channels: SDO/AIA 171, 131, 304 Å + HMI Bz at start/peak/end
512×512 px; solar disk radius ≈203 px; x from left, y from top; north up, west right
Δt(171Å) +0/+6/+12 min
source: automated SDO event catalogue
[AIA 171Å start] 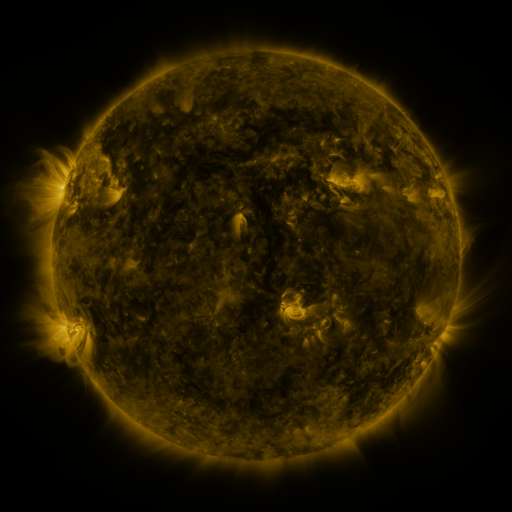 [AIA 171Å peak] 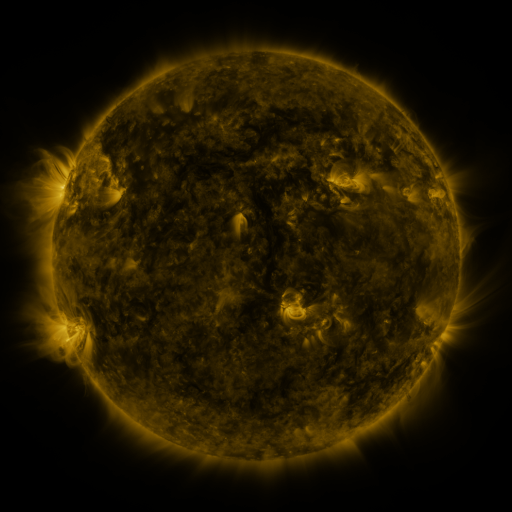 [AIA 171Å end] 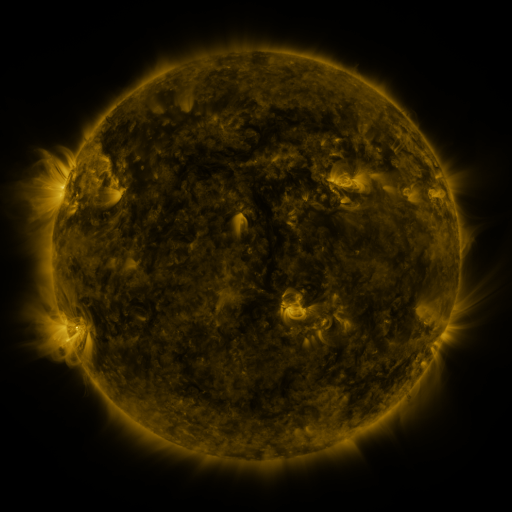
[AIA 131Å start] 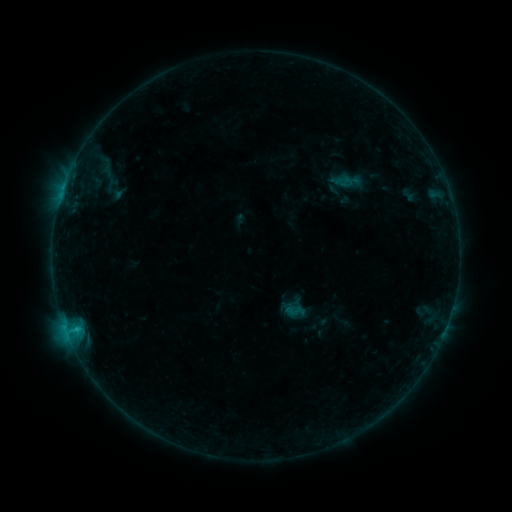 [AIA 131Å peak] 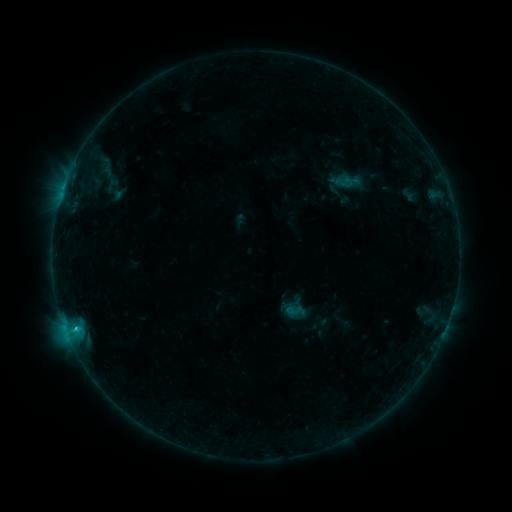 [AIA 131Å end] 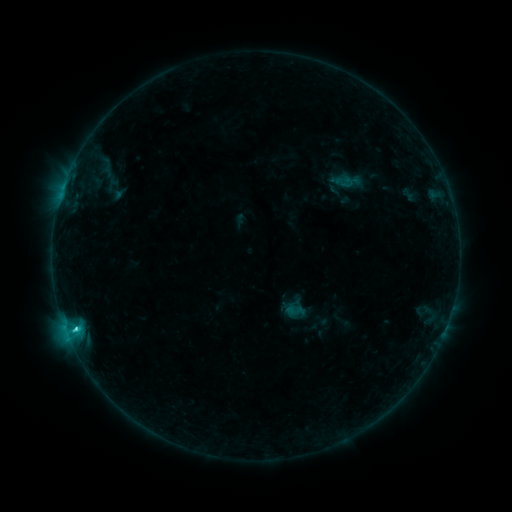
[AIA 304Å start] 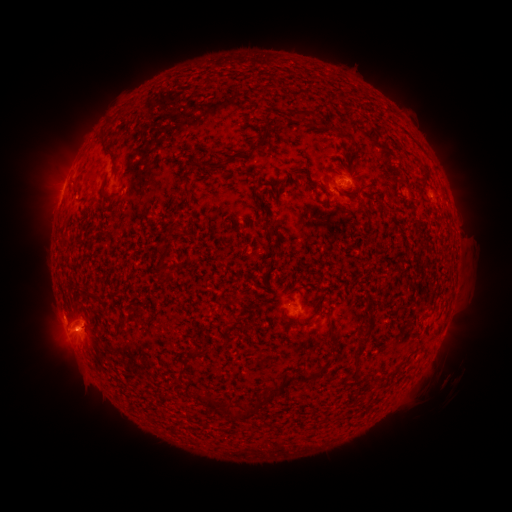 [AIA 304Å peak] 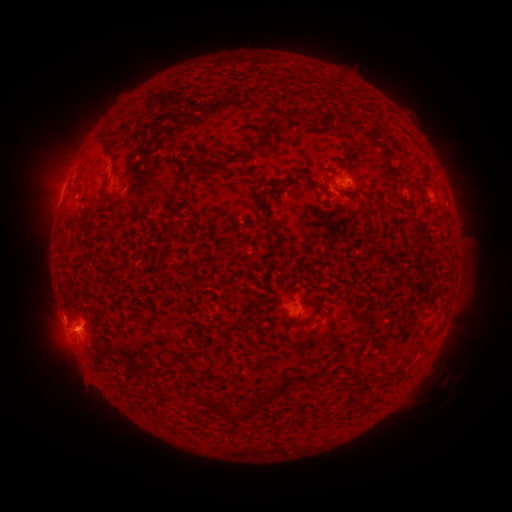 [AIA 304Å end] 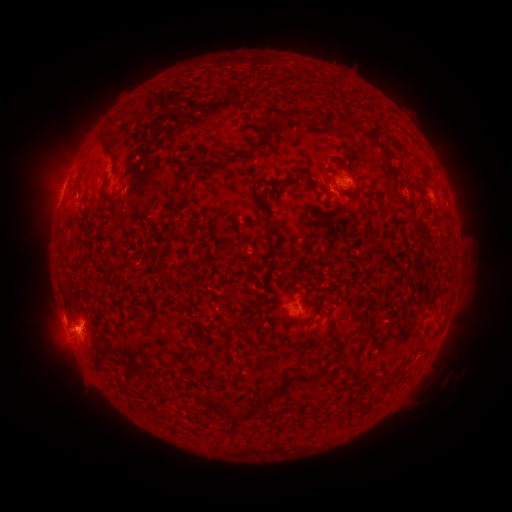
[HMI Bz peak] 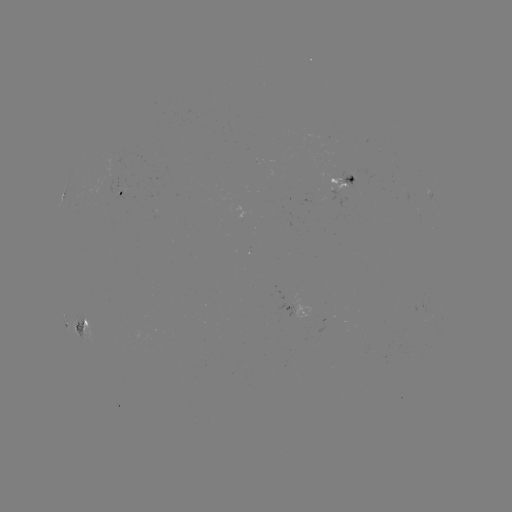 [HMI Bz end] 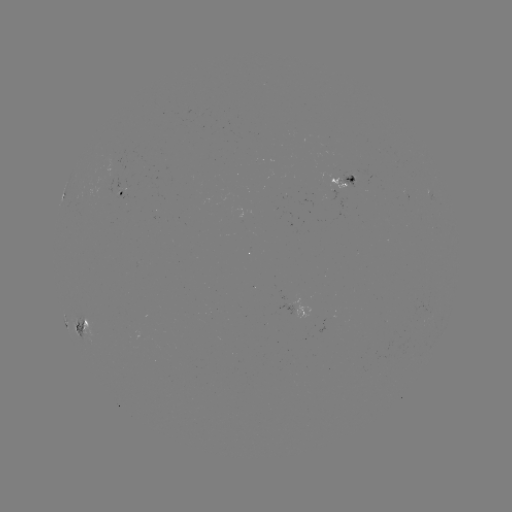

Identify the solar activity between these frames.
C2.1 flare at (76, 327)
